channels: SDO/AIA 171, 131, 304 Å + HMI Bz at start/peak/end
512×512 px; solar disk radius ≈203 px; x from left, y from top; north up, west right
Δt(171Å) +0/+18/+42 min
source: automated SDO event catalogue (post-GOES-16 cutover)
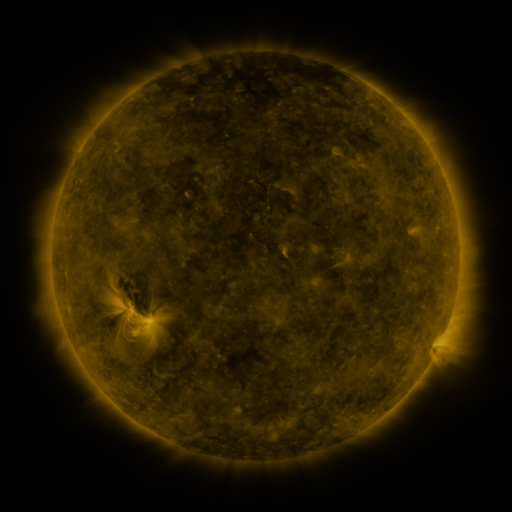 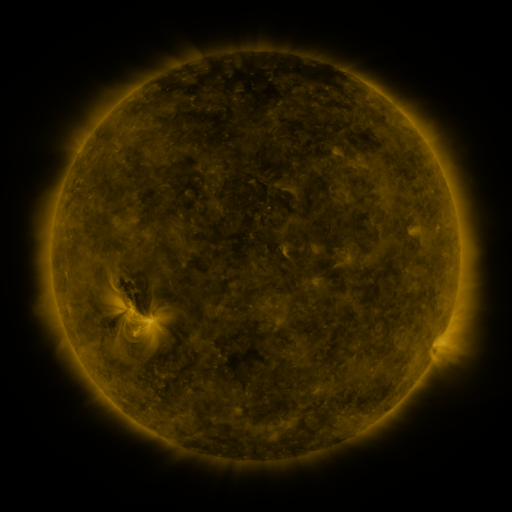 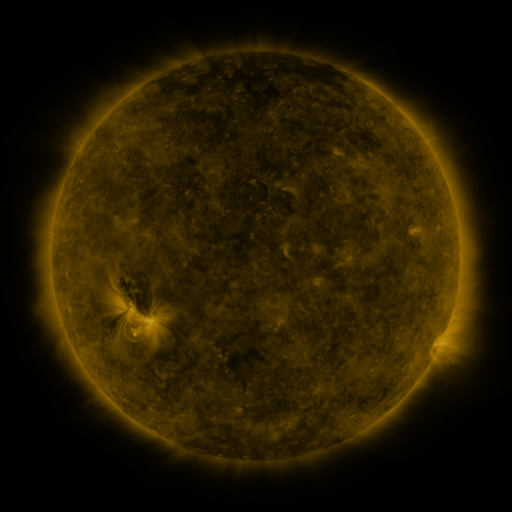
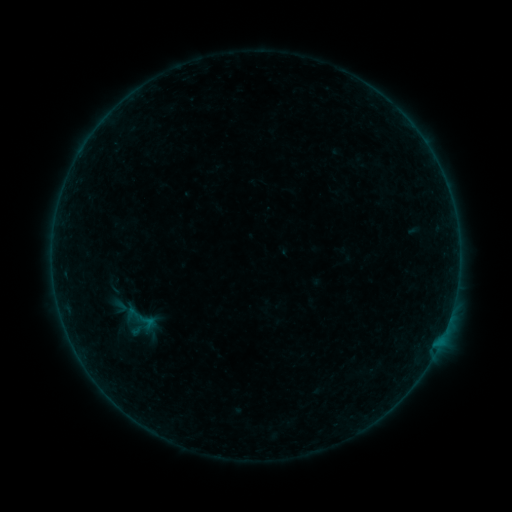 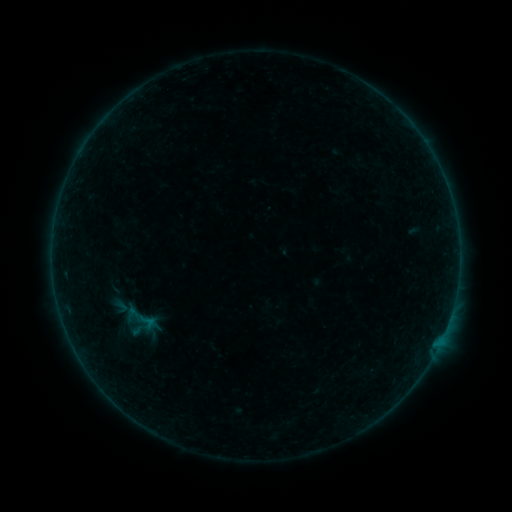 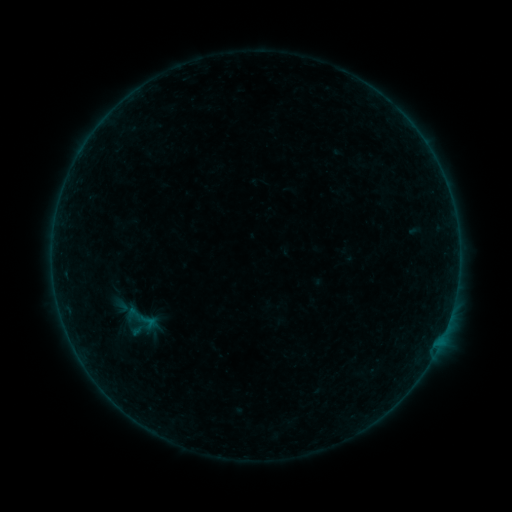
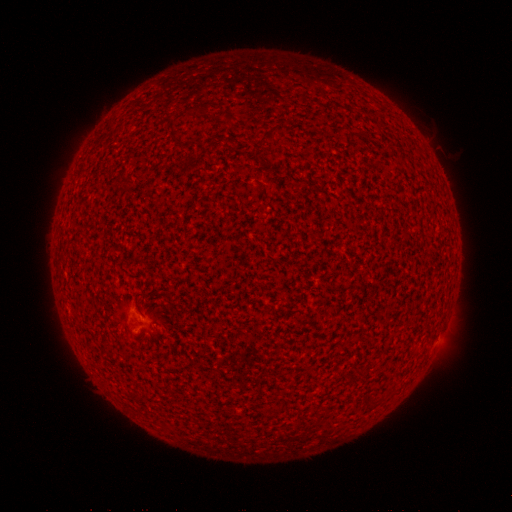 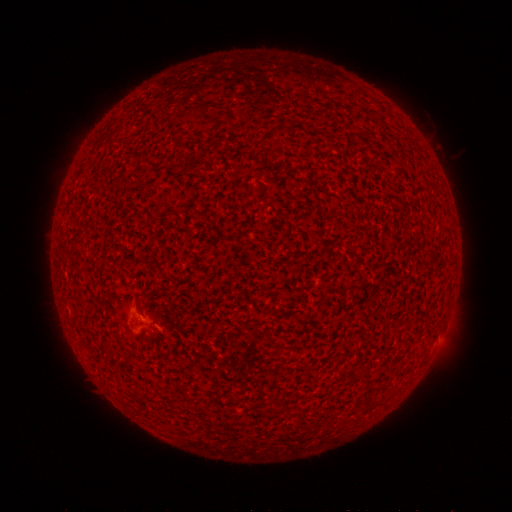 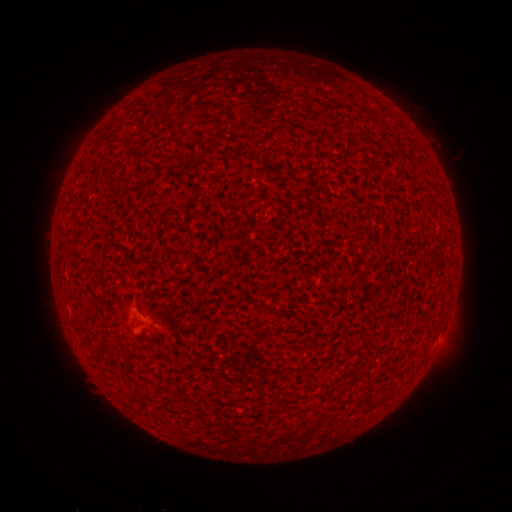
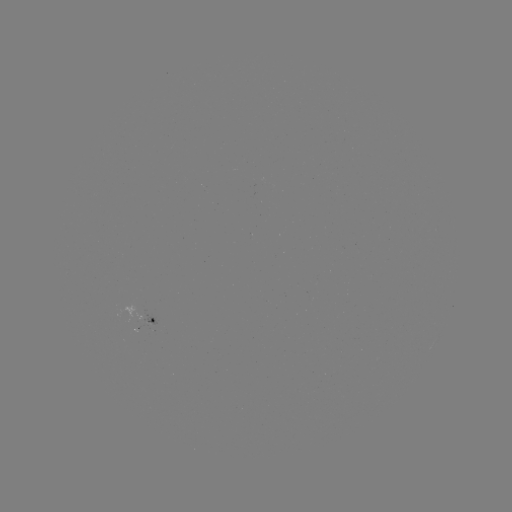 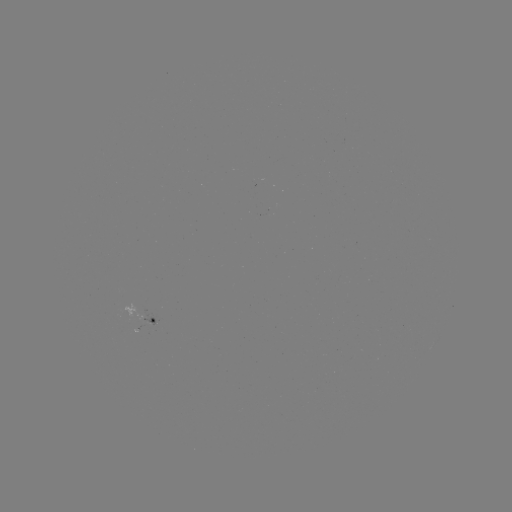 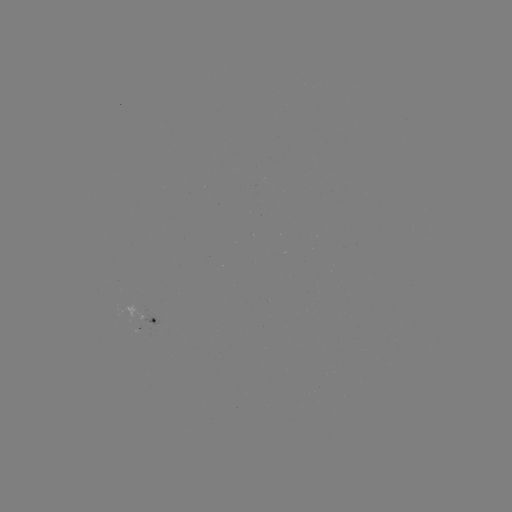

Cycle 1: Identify A4.7 flare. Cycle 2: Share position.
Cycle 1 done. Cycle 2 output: [446, 326].